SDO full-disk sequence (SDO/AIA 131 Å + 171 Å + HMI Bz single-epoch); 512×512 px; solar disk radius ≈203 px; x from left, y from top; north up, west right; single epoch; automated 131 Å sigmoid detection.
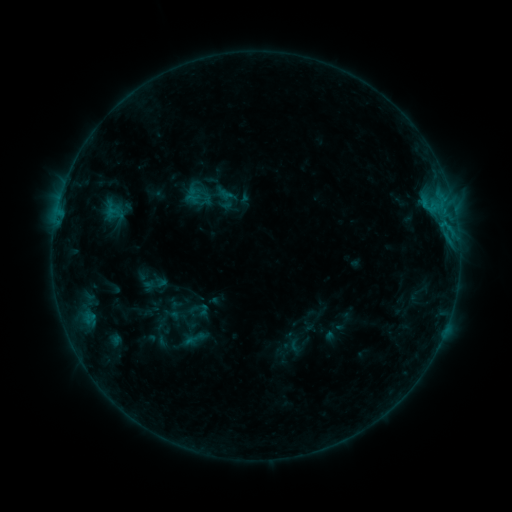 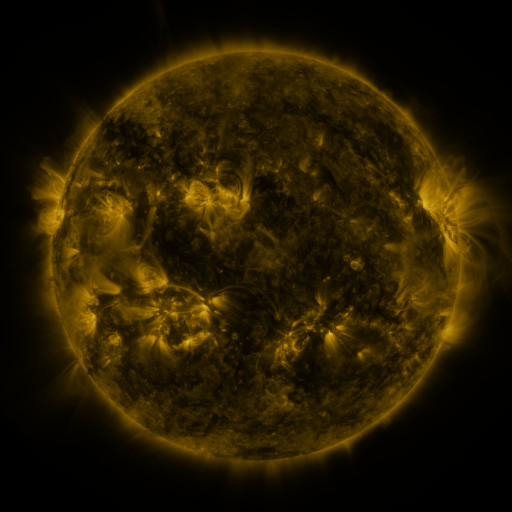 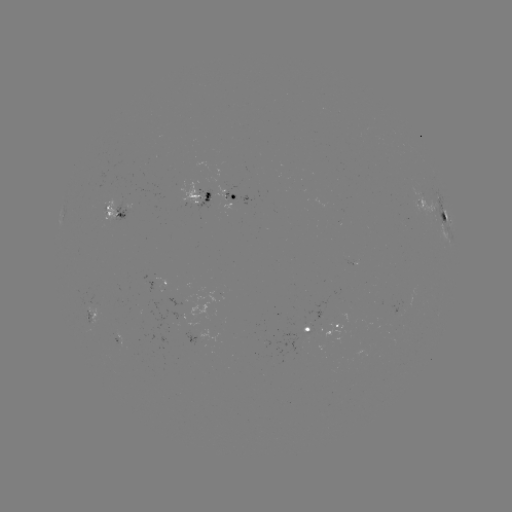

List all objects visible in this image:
sigmoid: (194, 338)
